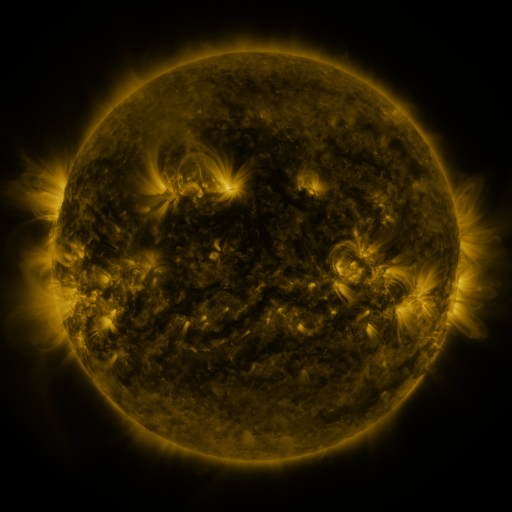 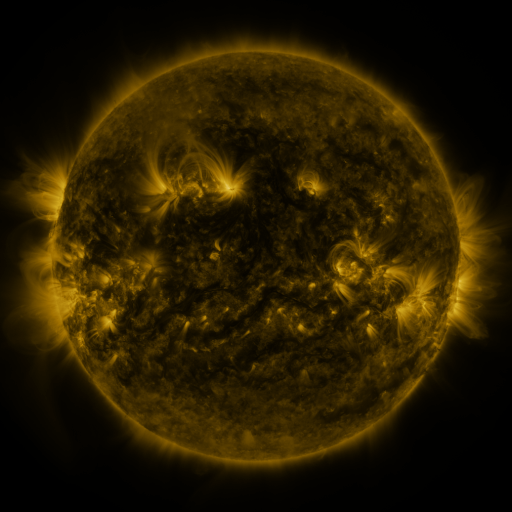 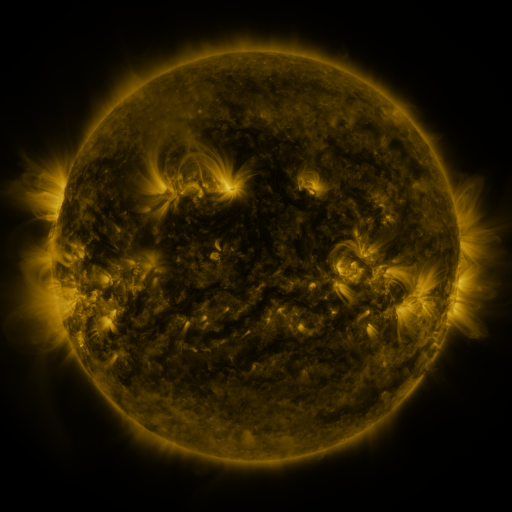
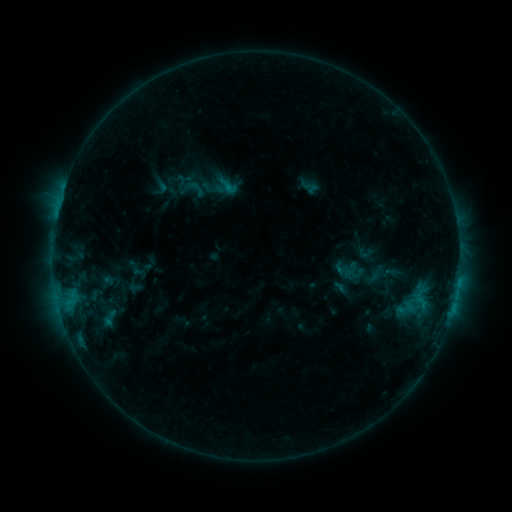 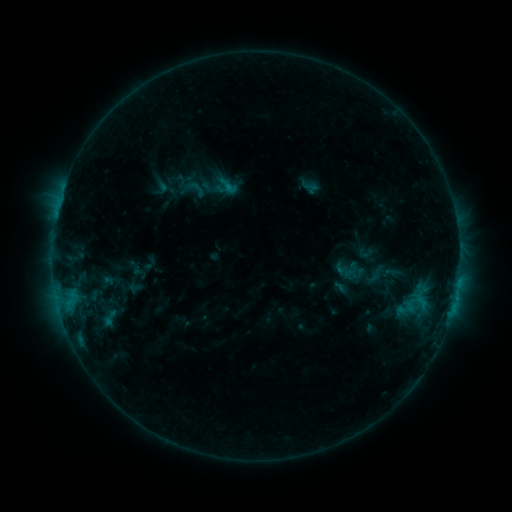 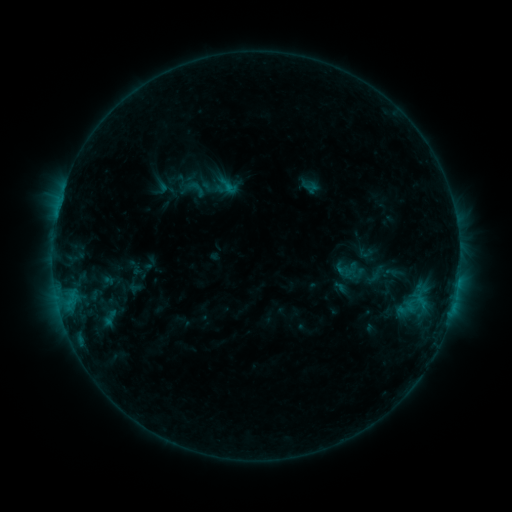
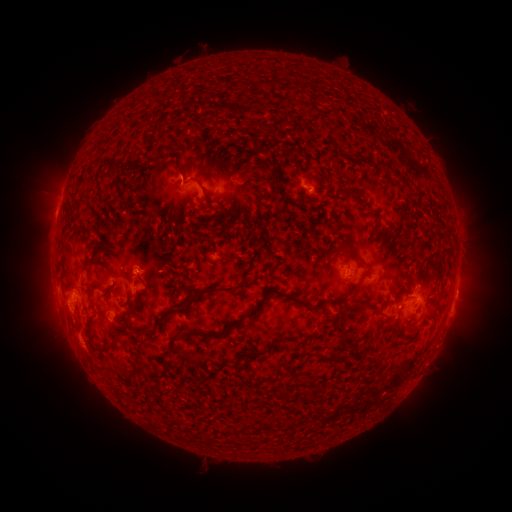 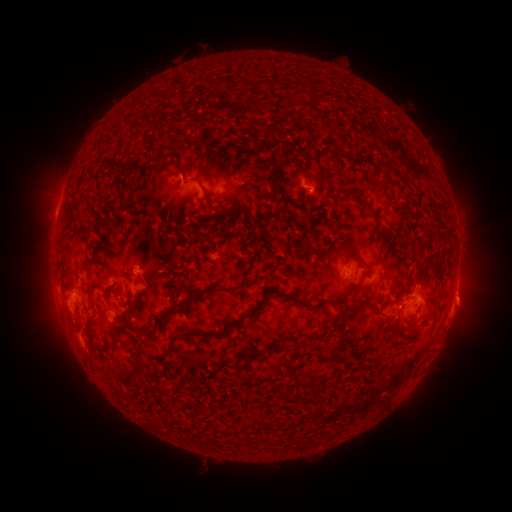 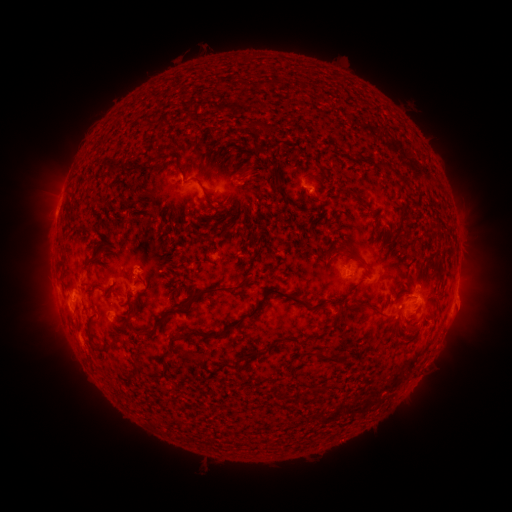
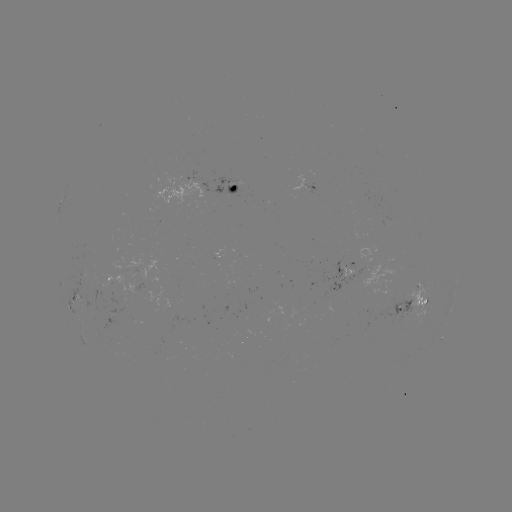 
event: eruption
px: (466, 303)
